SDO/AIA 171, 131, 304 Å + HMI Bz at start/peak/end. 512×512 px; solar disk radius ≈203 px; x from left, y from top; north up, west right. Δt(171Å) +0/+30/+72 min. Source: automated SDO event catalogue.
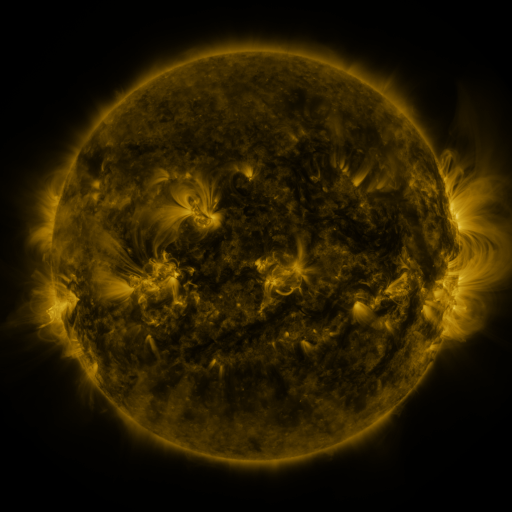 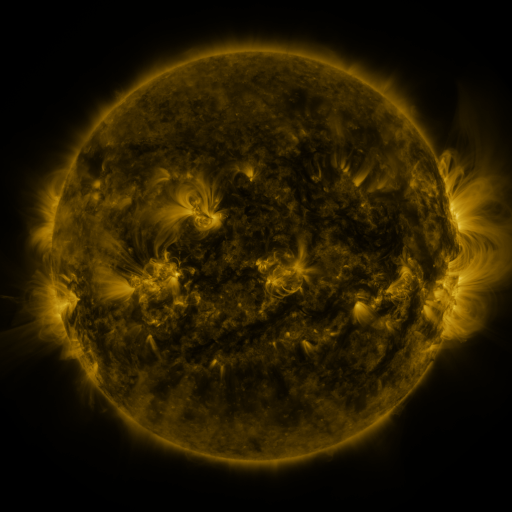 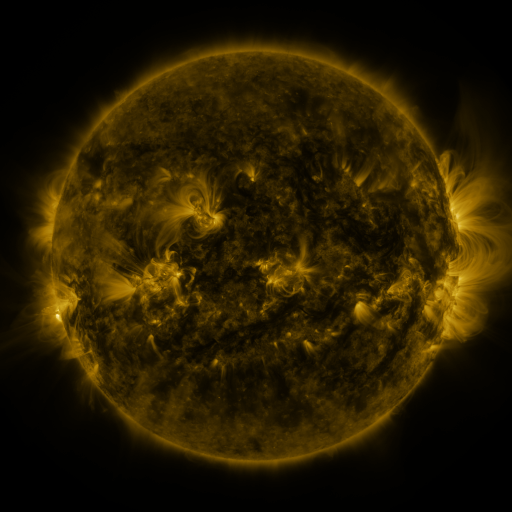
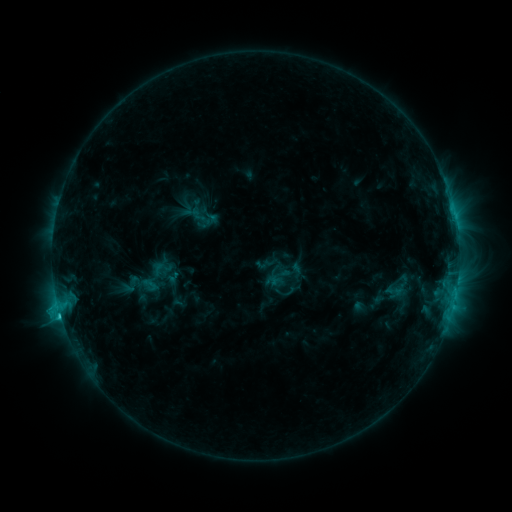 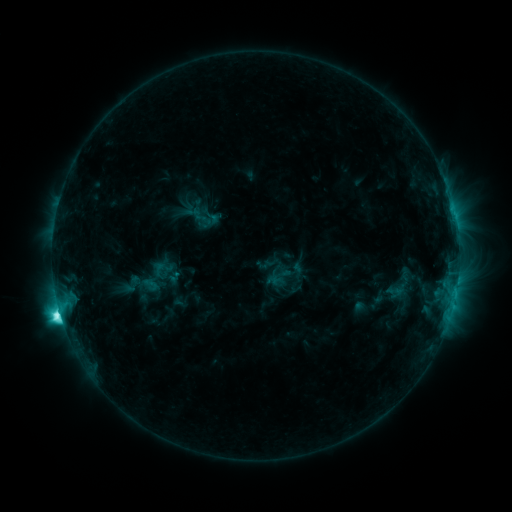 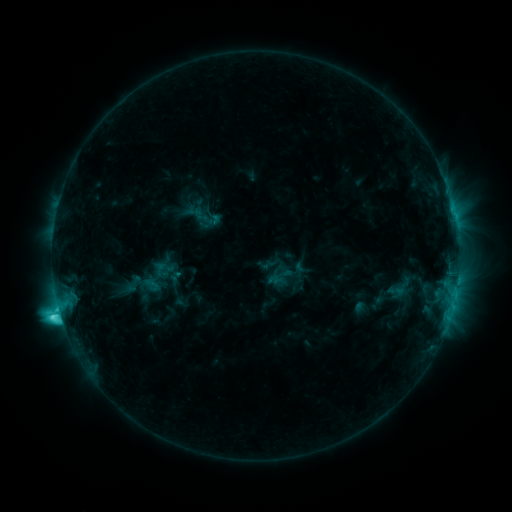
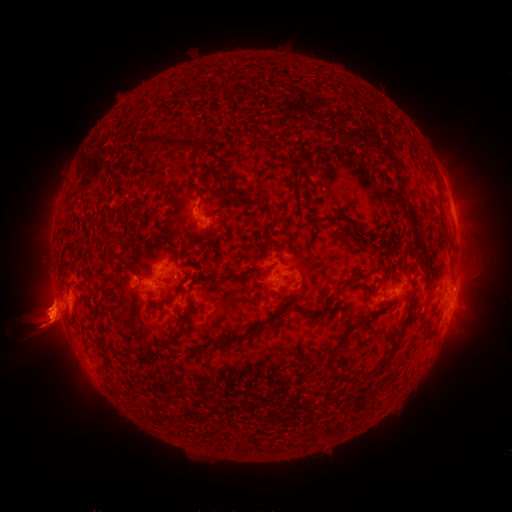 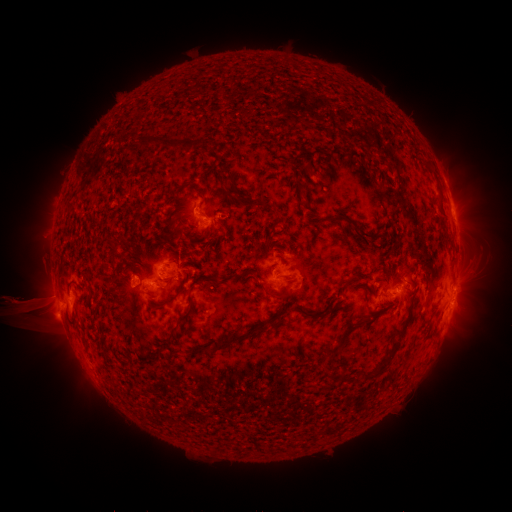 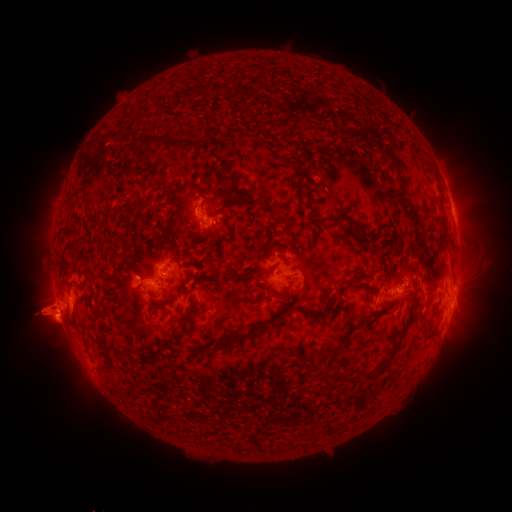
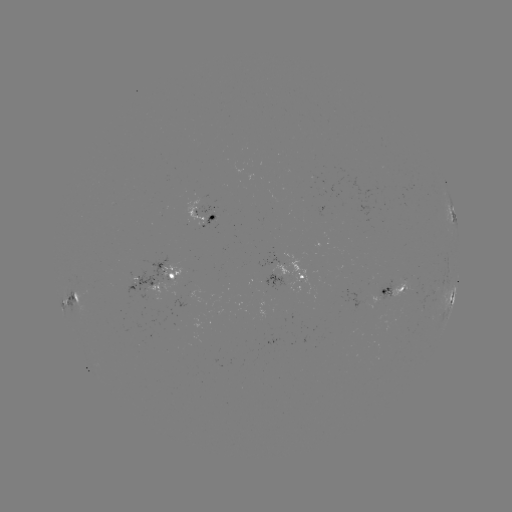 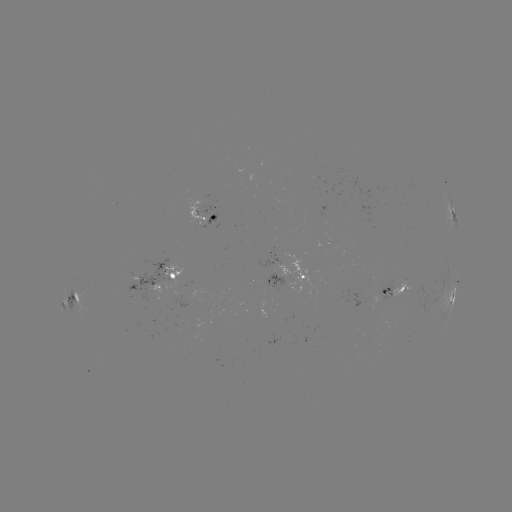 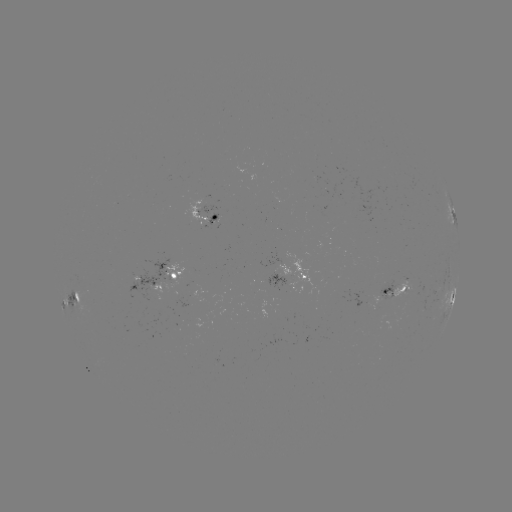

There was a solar flare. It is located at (60, 310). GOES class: M1.0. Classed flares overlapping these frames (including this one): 2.